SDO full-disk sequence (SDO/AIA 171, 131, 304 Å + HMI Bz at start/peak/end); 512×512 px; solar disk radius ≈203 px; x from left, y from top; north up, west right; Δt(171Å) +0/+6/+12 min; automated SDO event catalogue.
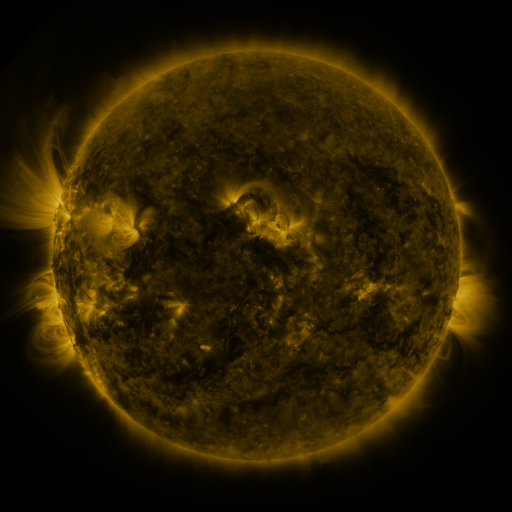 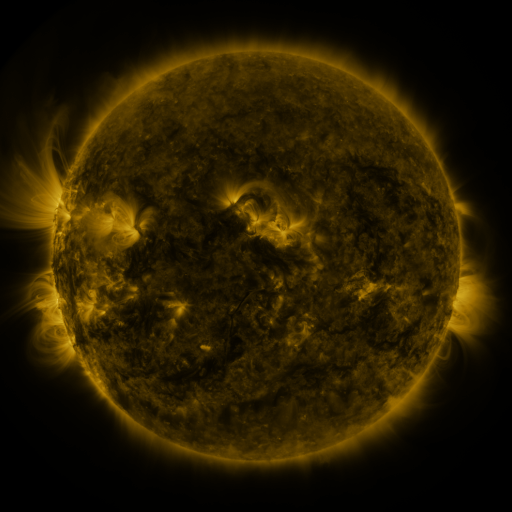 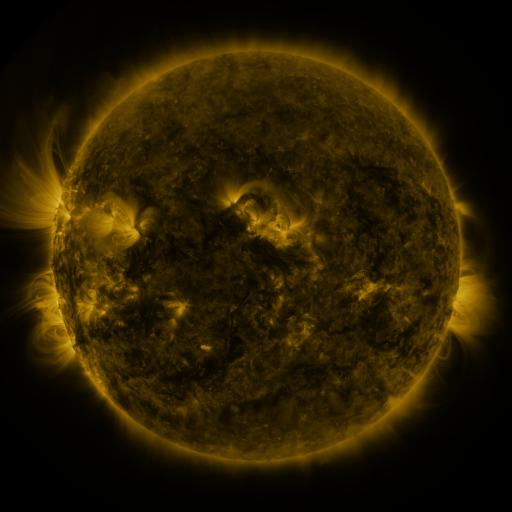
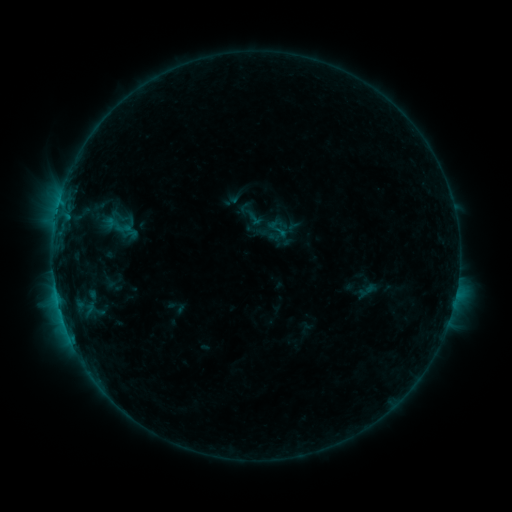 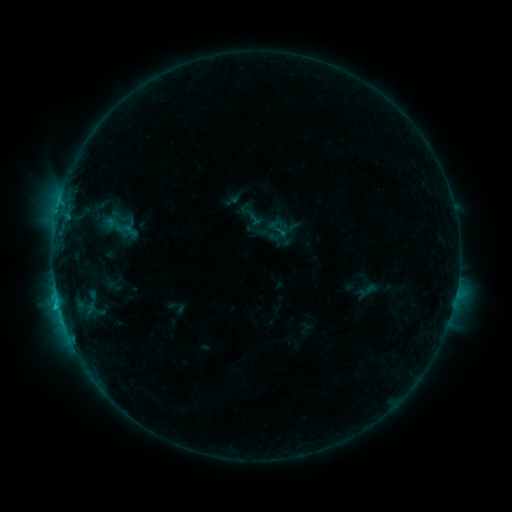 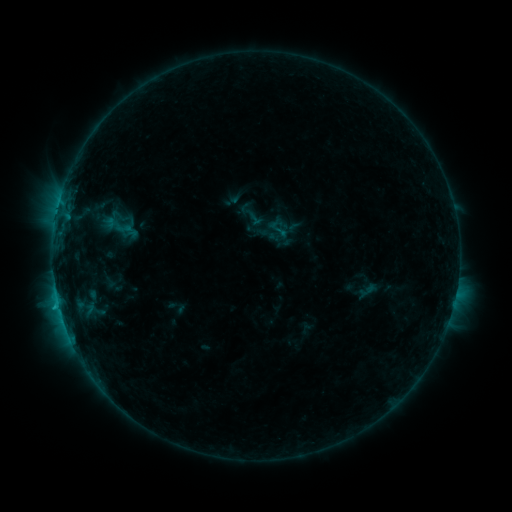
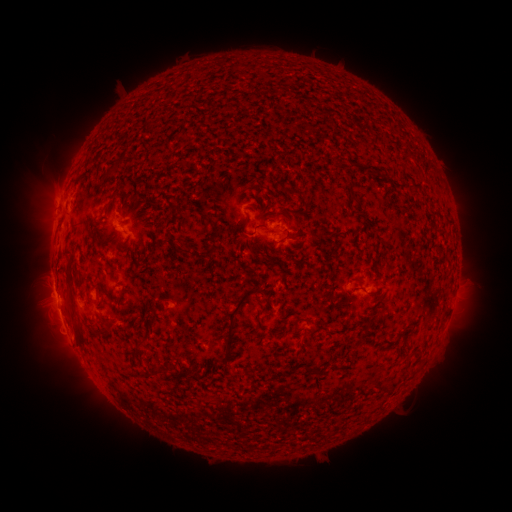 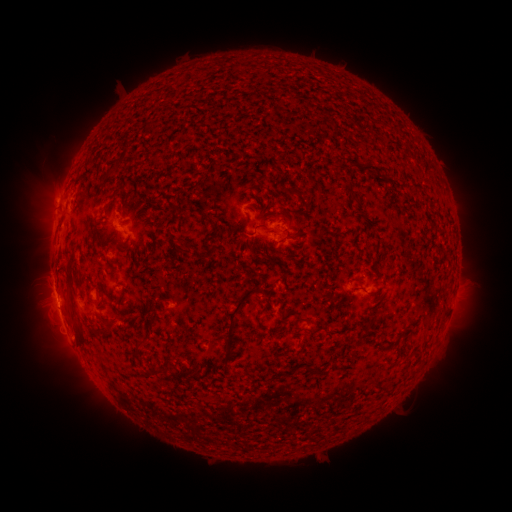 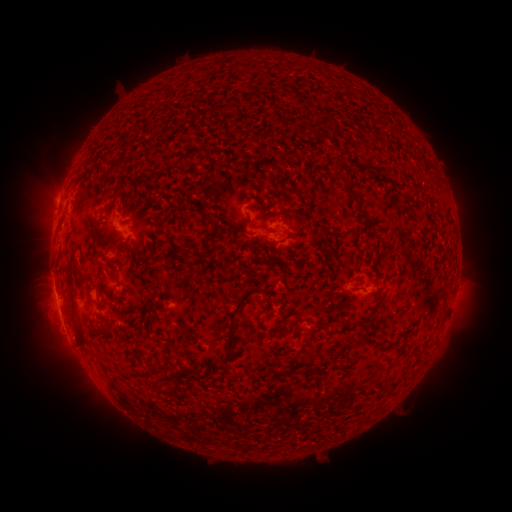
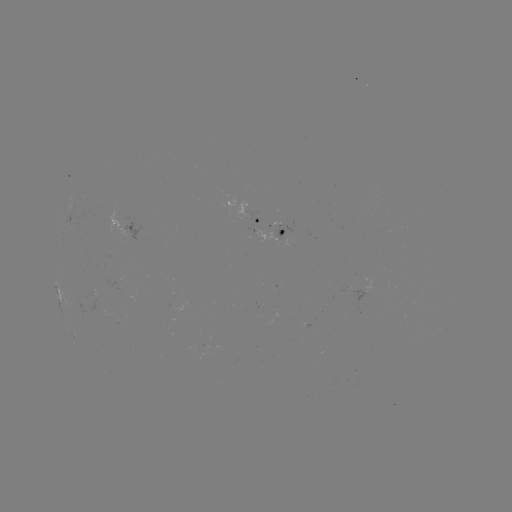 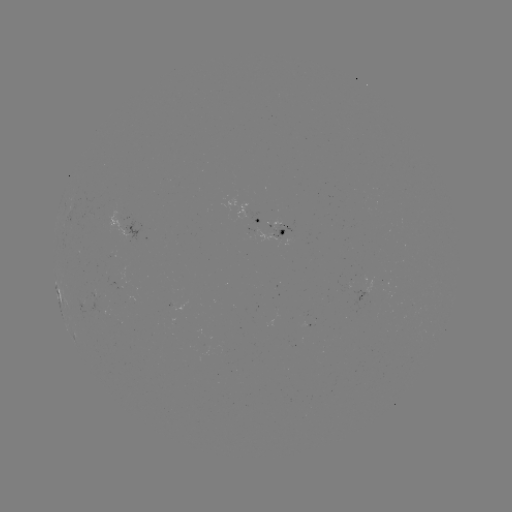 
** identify C1.2 flare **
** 58,305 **